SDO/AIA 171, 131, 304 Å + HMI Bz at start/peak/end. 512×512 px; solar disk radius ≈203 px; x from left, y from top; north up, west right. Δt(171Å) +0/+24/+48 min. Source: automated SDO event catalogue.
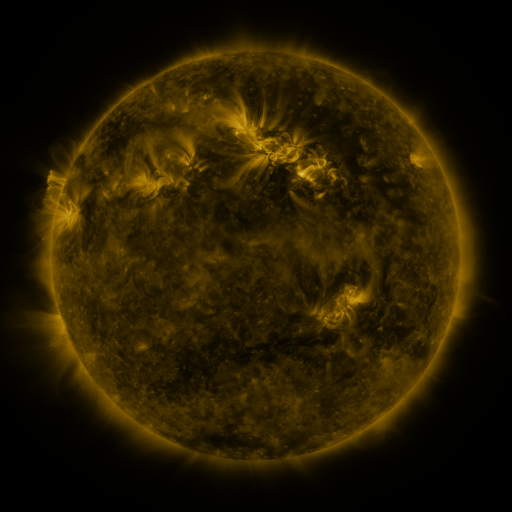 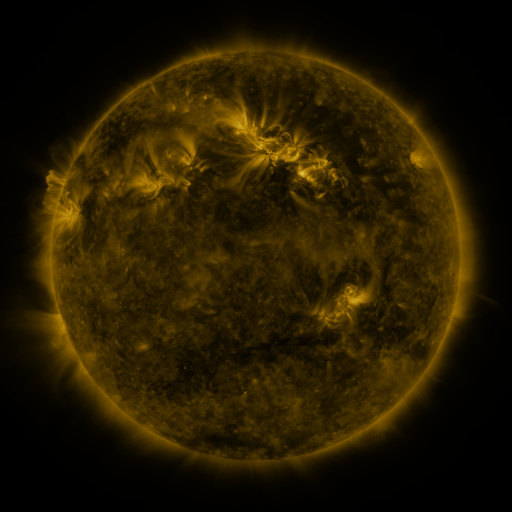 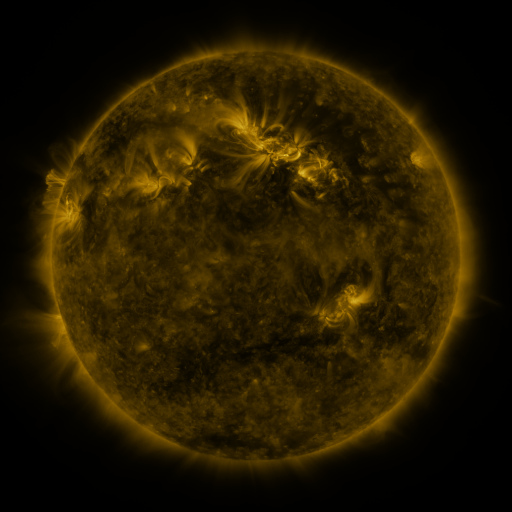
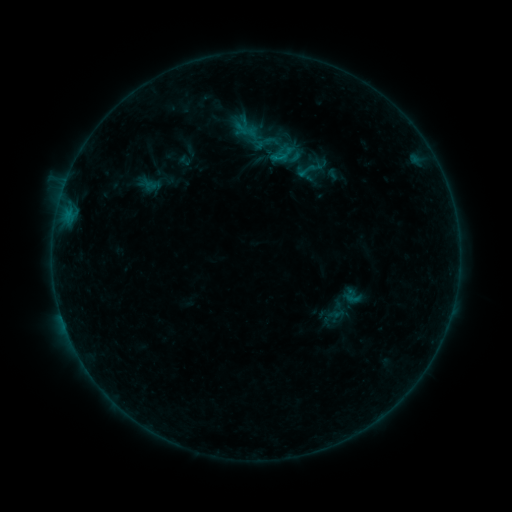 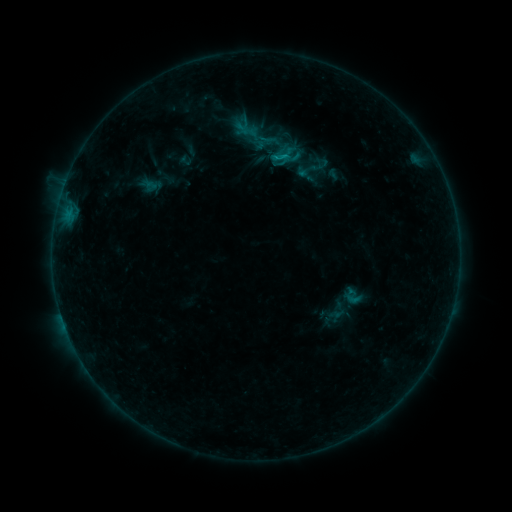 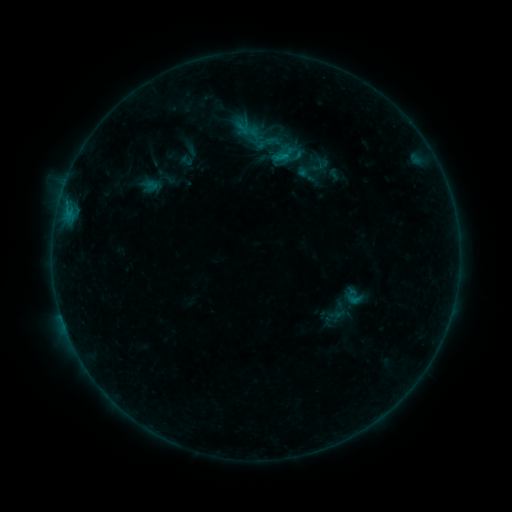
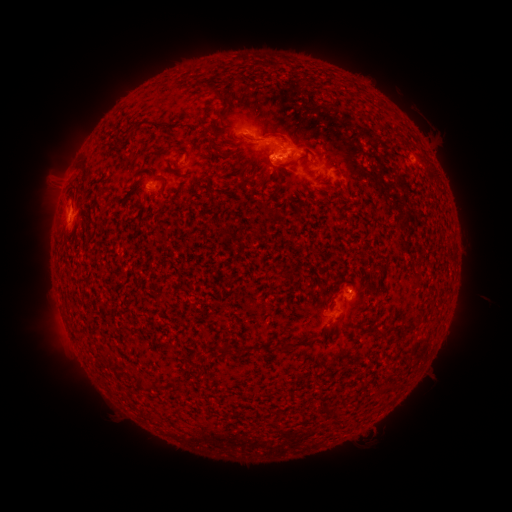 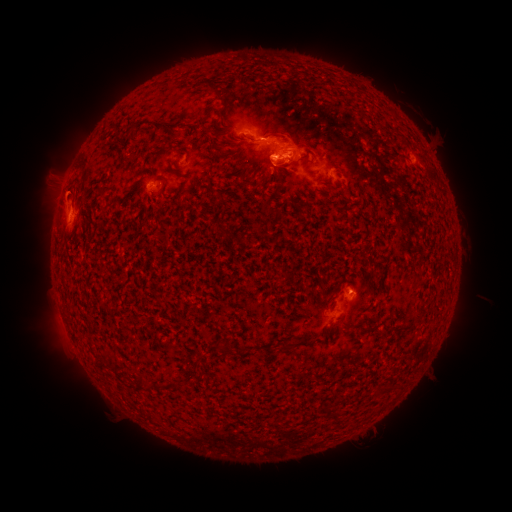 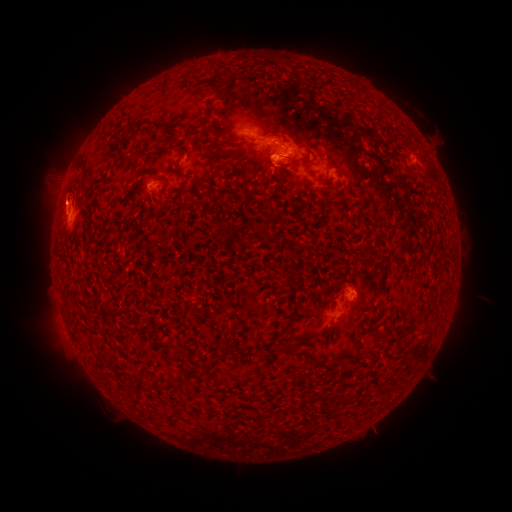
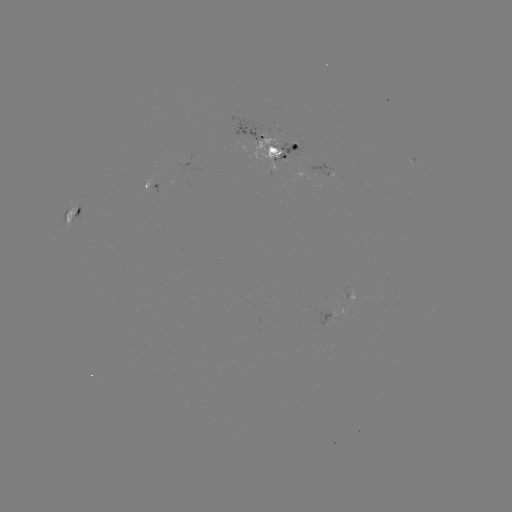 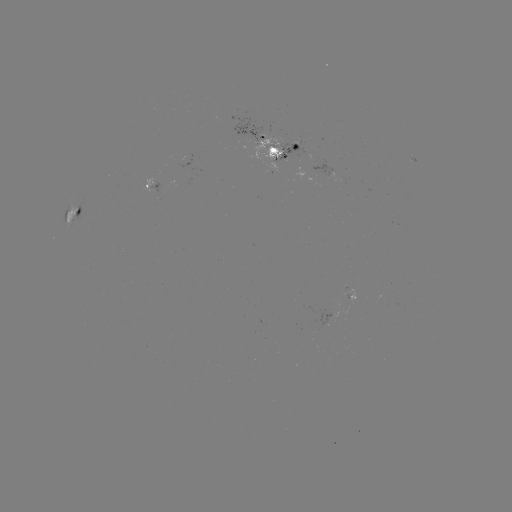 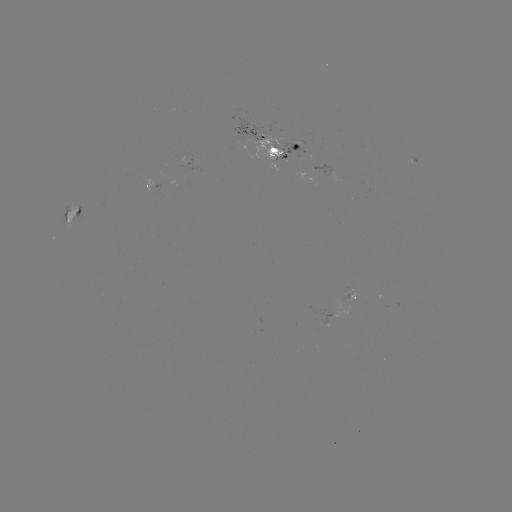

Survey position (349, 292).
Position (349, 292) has emerging-flux region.